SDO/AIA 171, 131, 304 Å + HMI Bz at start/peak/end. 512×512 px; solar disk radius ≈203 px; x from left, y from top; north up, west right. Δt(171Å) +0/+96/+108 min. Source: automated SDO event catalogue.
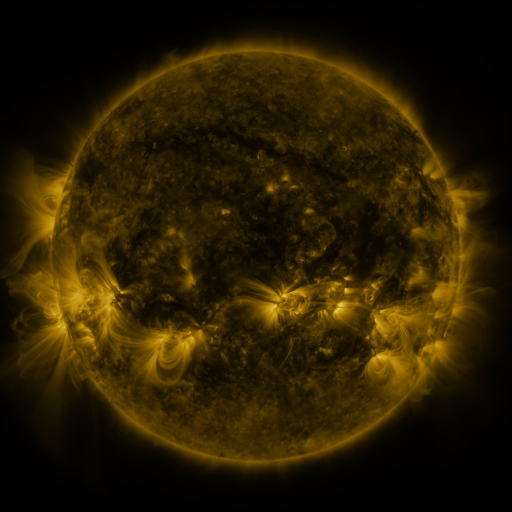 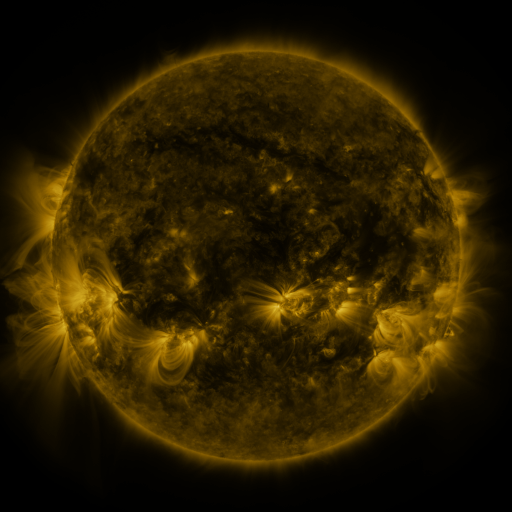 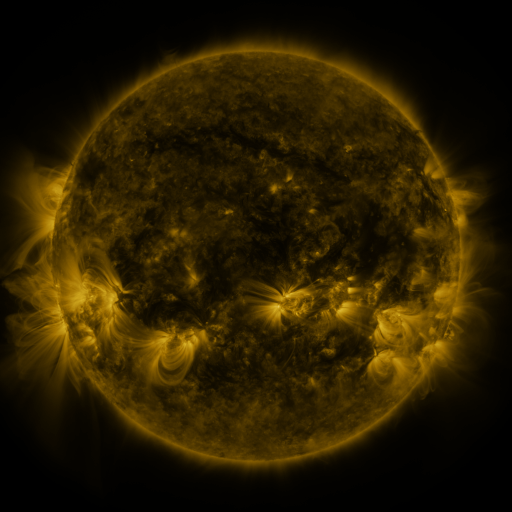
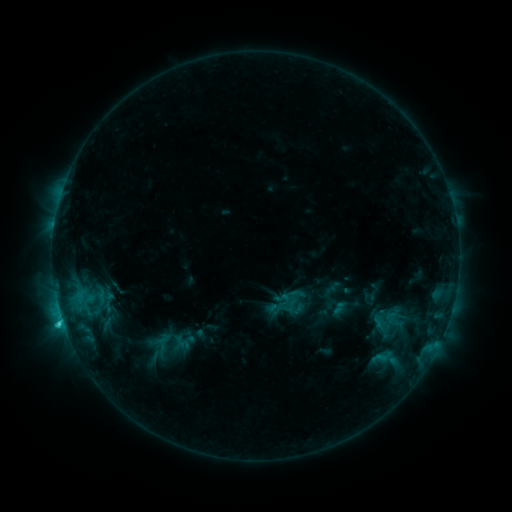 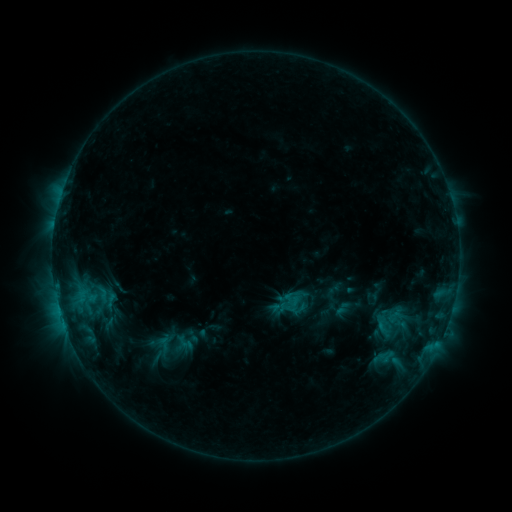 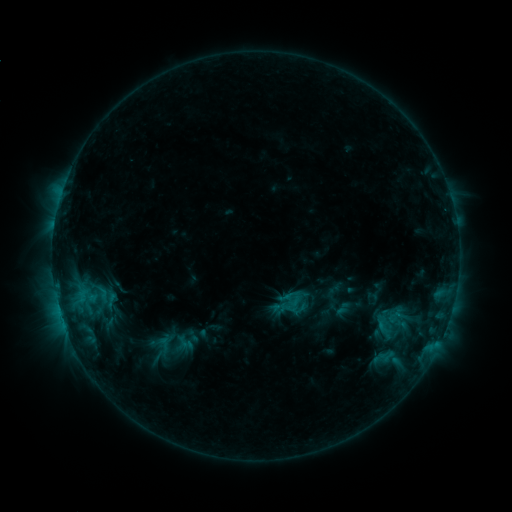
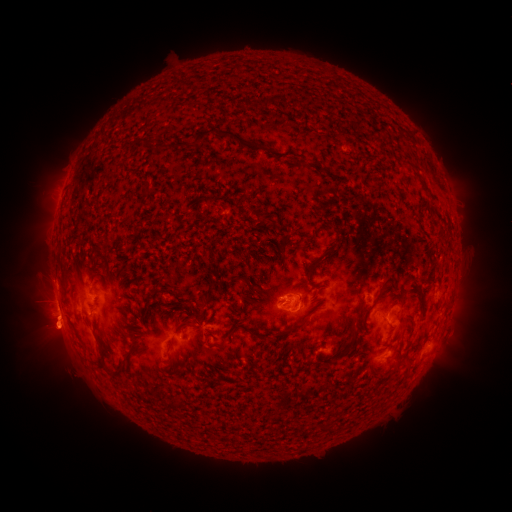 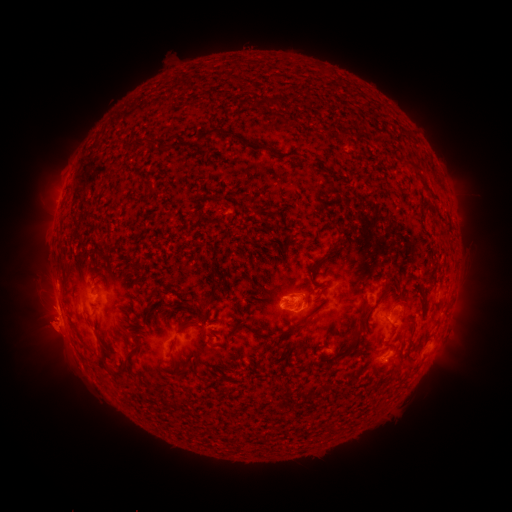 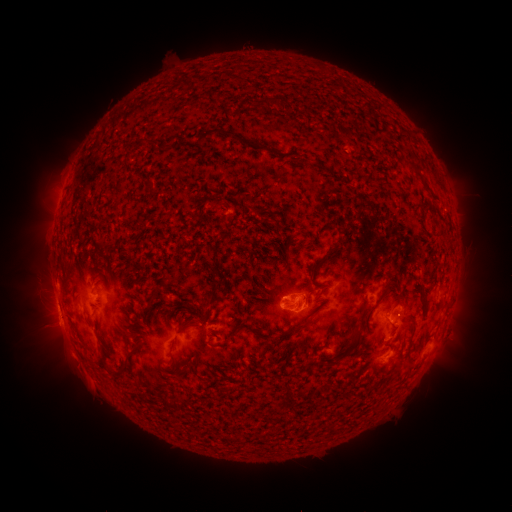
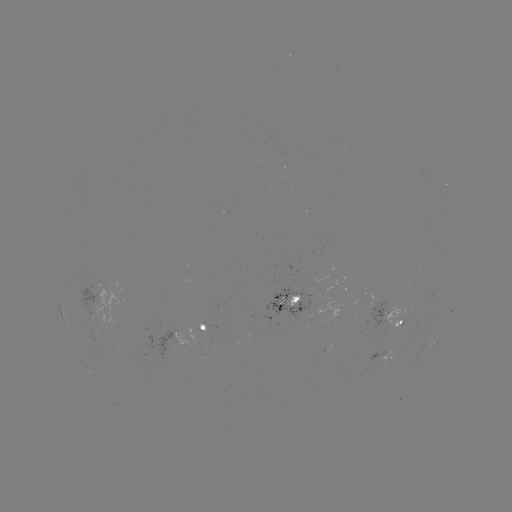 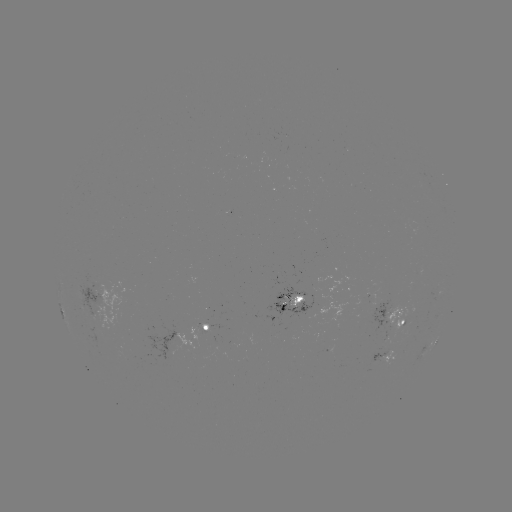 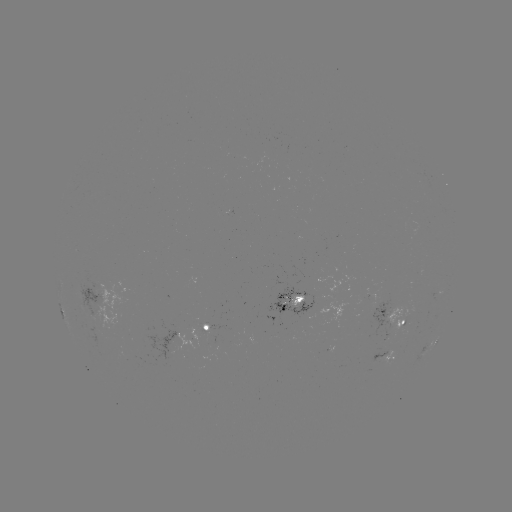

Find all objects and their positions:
emerging-flux region: (392, 320)
